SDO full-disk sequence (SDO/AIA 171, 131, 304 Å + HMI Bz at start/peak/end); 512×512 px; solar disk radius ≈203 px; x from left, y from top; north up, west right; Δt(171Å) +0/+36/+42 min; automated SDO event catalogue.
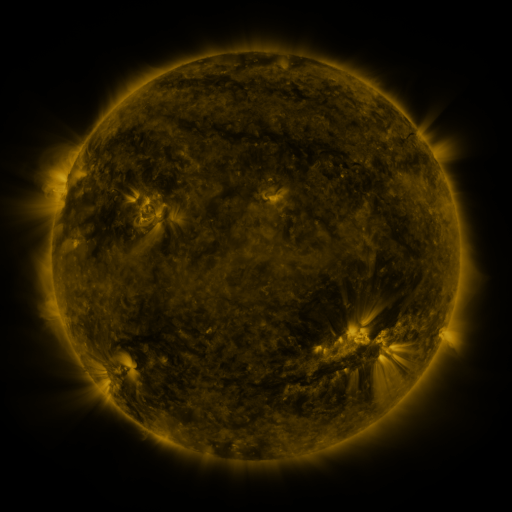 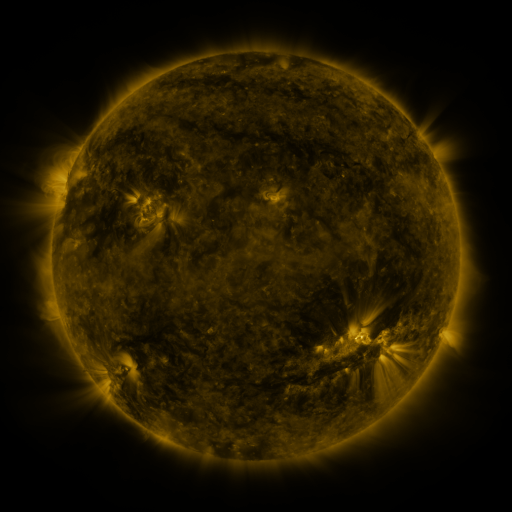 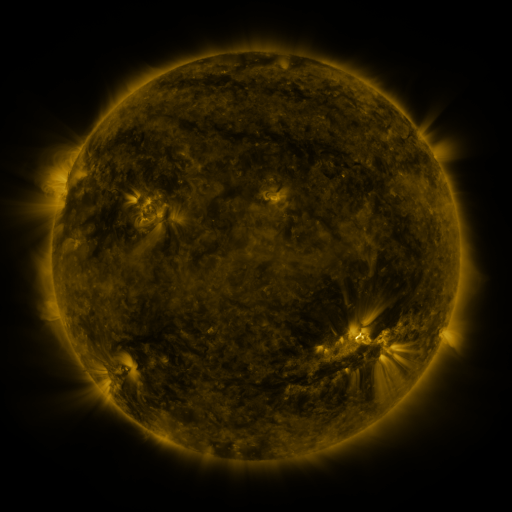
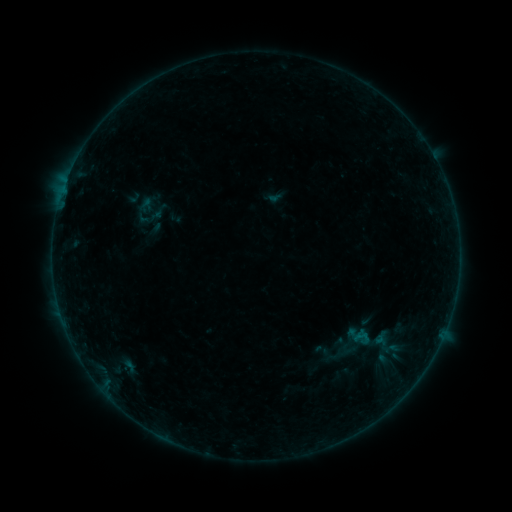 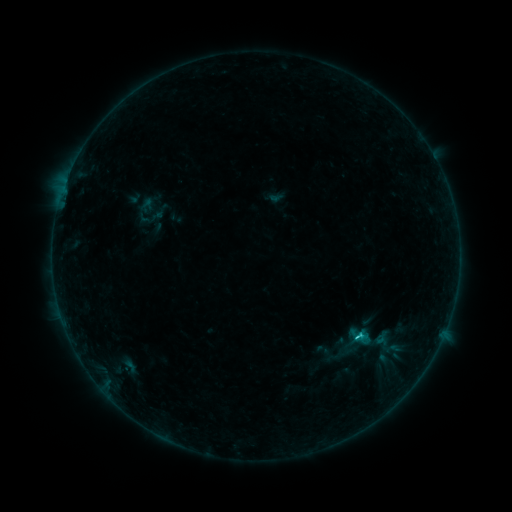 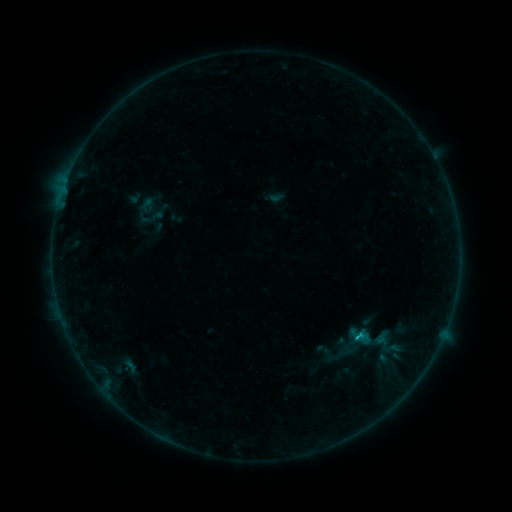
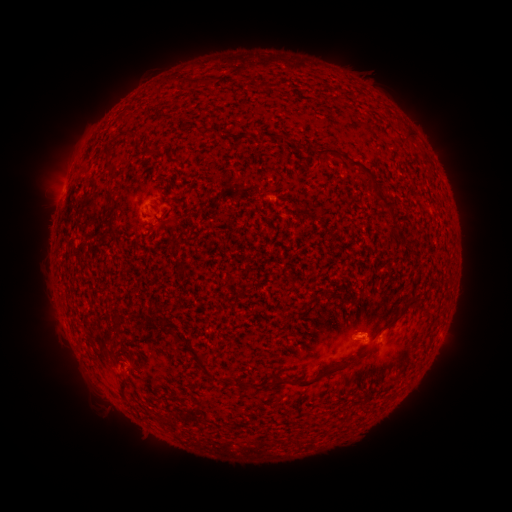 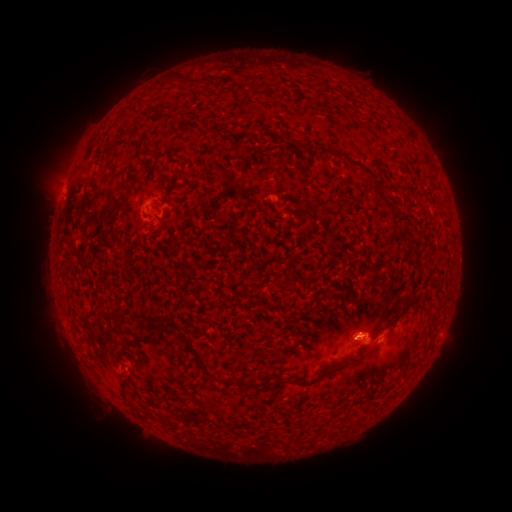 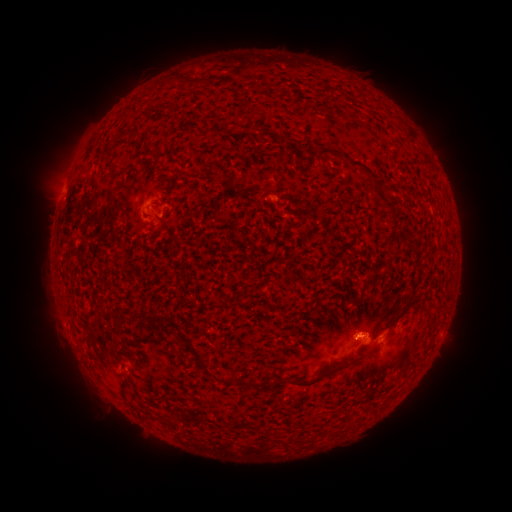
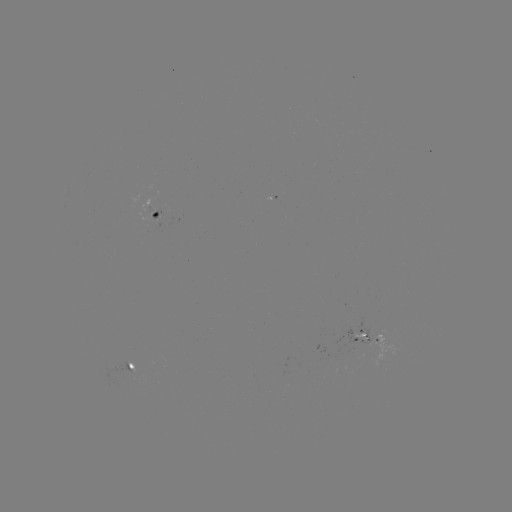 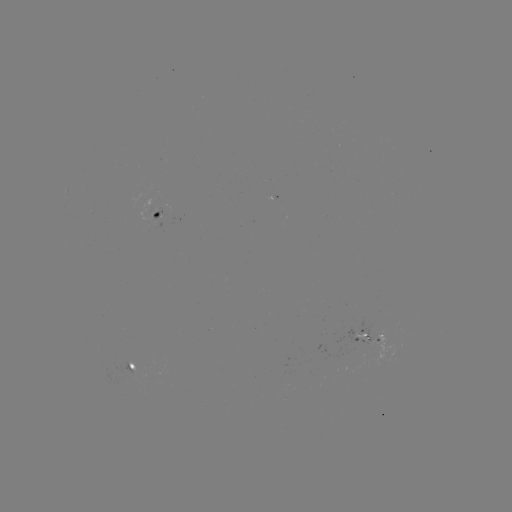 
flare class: B7.7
